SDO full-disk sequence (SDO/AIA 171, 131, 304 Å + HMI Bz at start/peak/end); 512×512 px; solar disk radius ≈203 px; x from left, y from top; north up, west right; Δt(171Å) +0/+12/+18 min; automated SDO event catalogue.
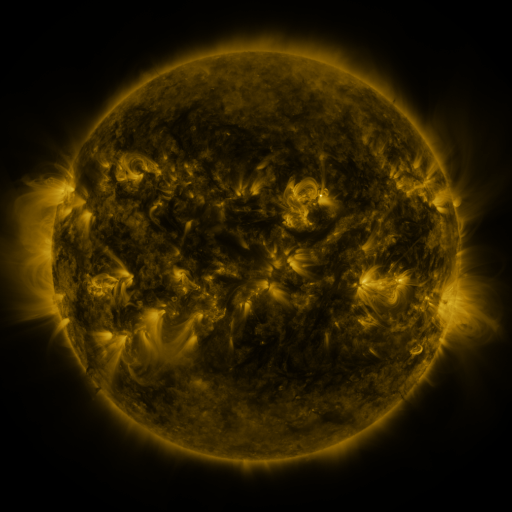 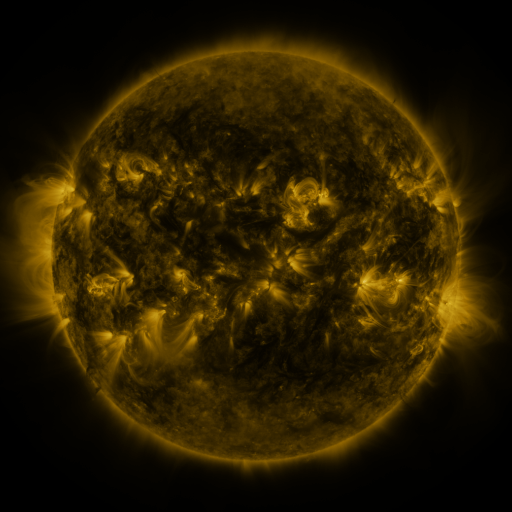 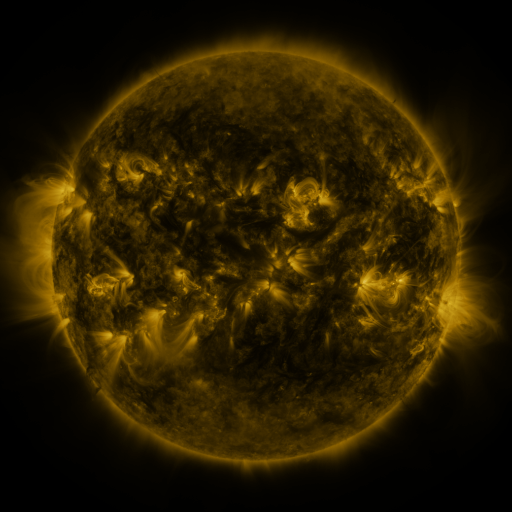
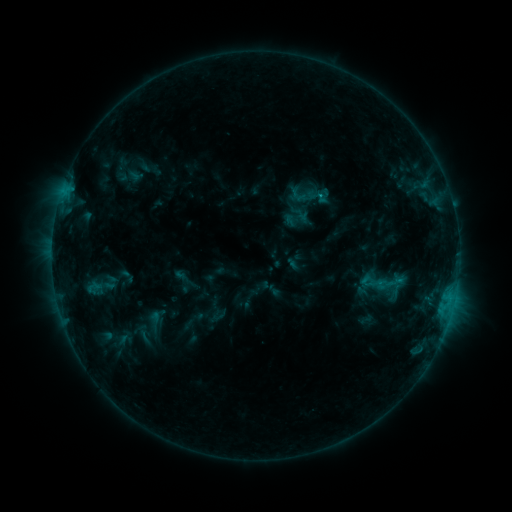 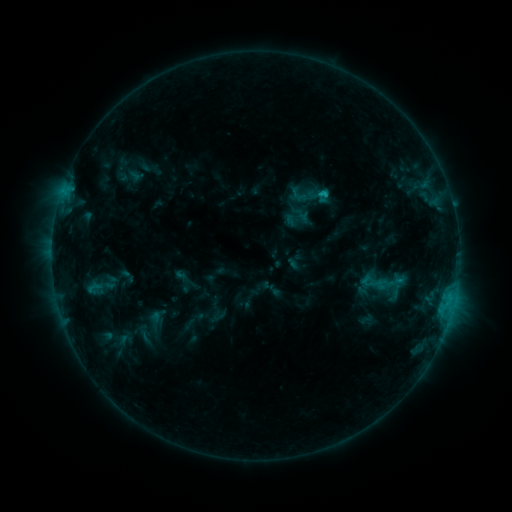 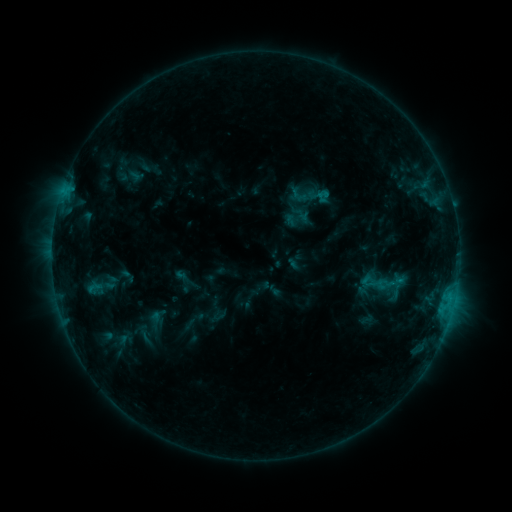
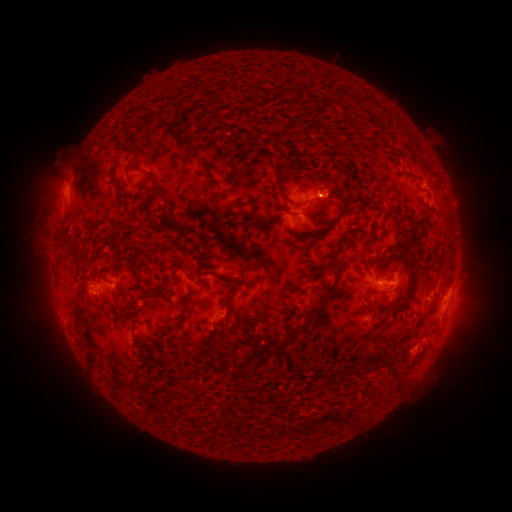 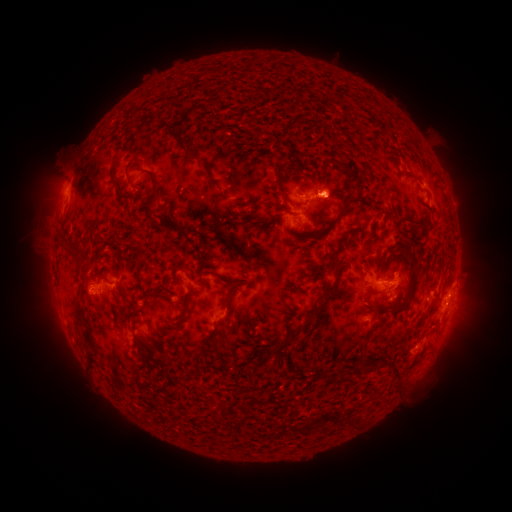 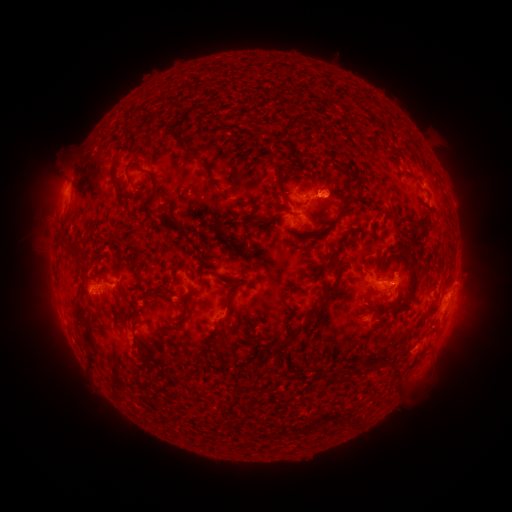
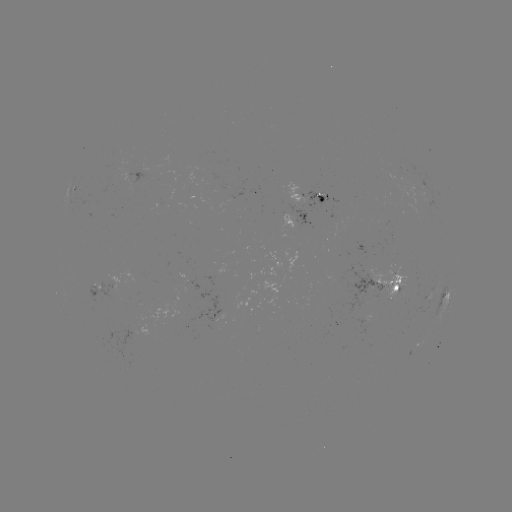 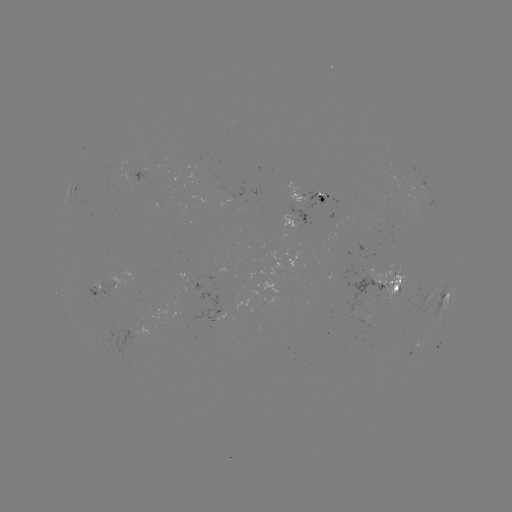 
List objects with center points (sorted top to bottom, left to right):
C1.0 flare: (321, 195)
